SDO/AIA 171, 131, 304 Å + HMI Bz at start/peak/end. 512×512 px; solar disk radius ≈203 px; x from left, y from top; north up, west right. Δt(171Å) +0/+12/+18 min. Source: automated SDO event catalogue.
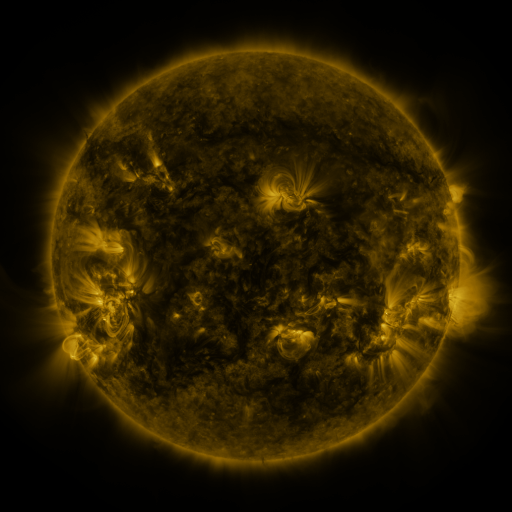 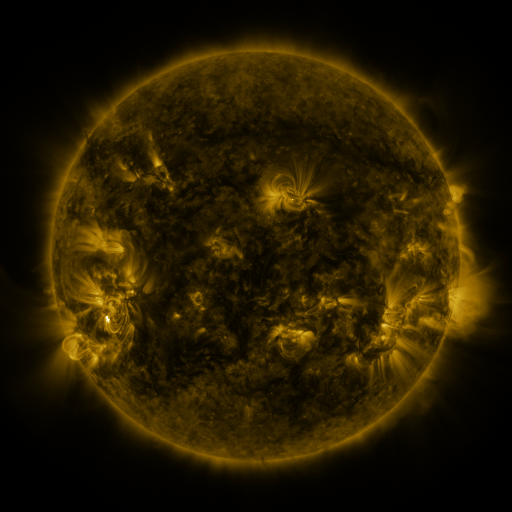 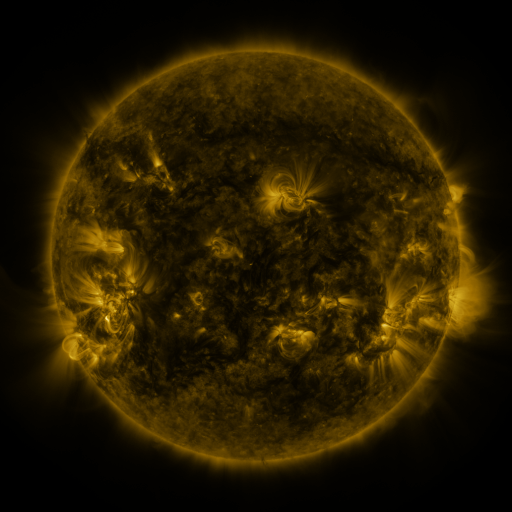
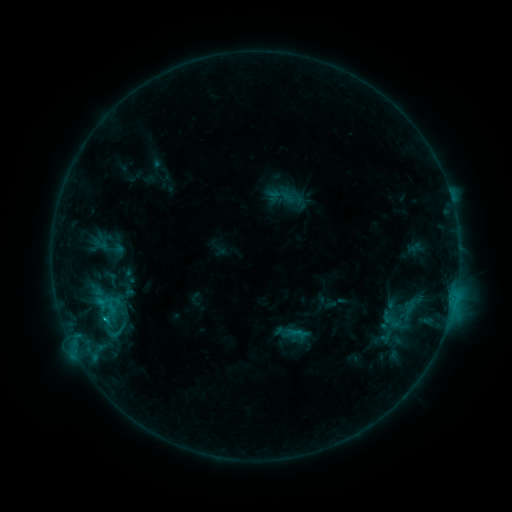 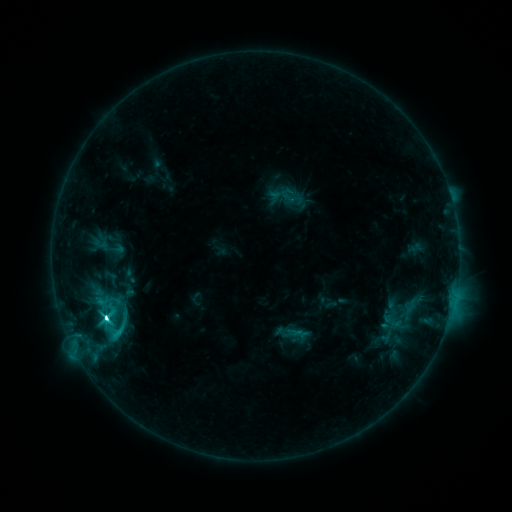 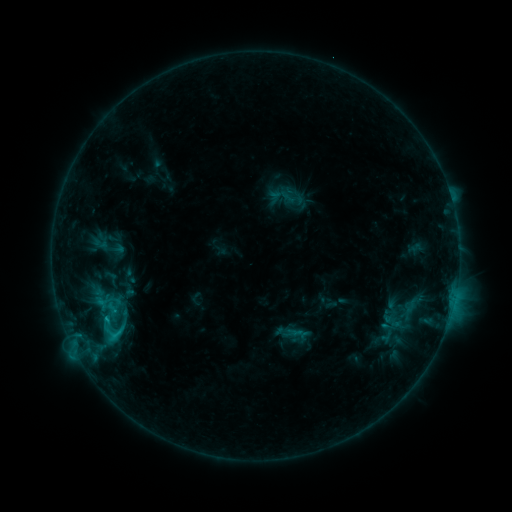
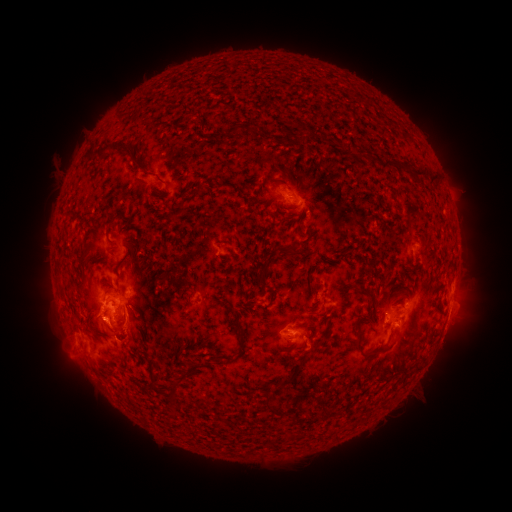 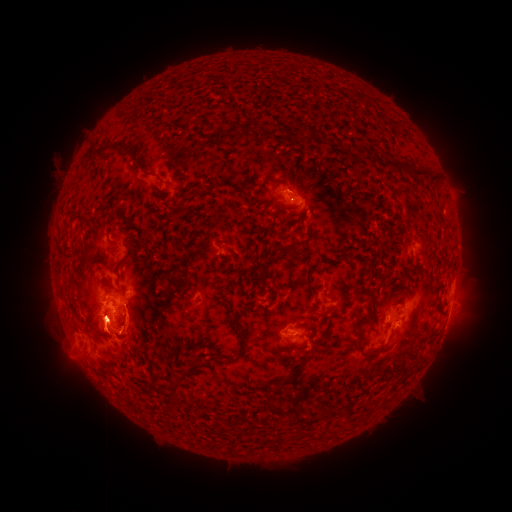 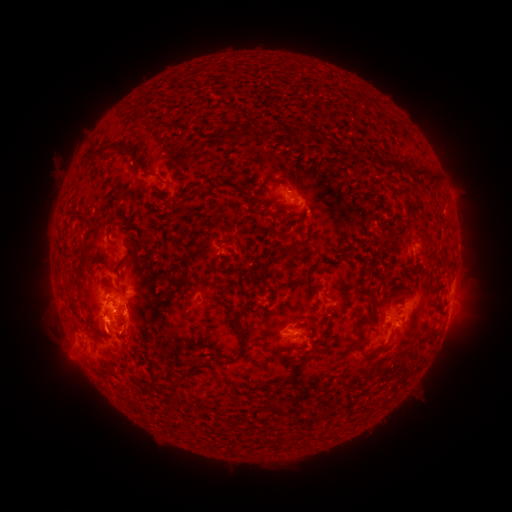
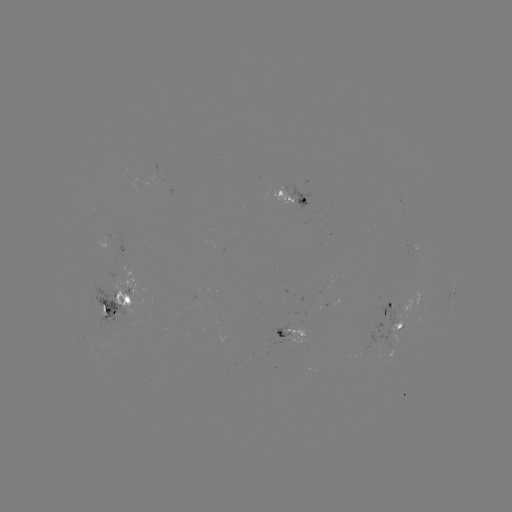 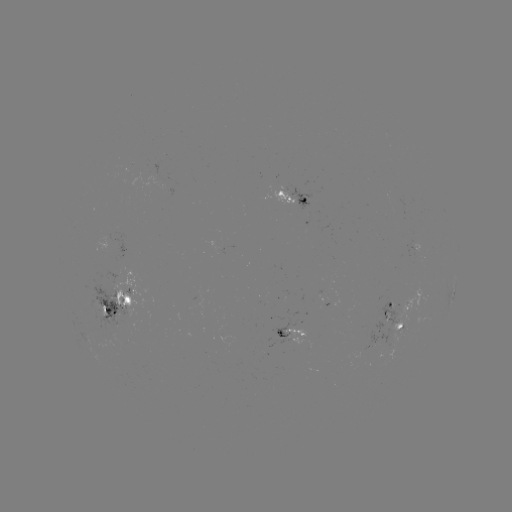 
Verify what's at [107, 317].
C8.0 flare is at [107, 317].